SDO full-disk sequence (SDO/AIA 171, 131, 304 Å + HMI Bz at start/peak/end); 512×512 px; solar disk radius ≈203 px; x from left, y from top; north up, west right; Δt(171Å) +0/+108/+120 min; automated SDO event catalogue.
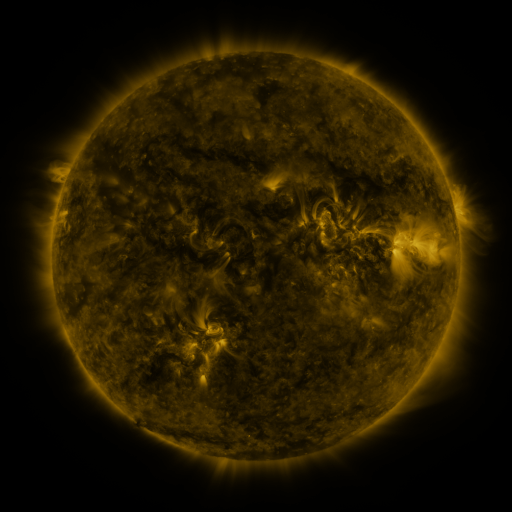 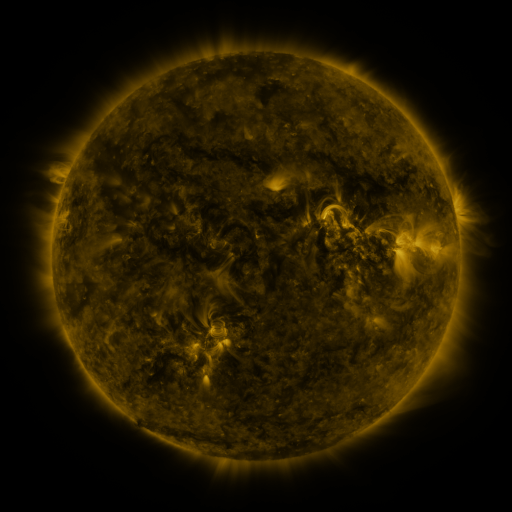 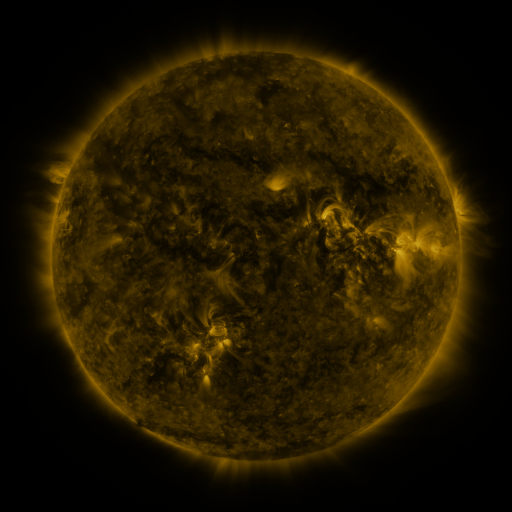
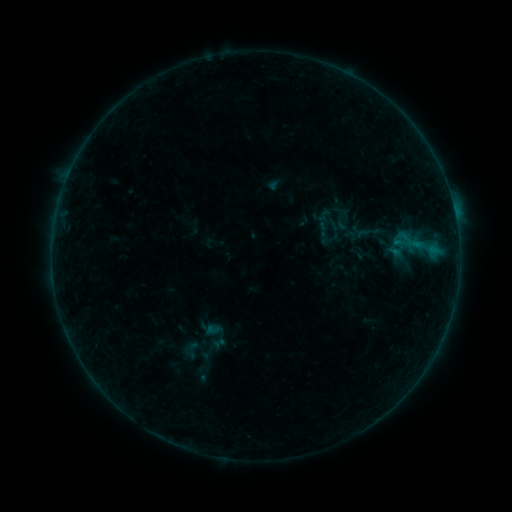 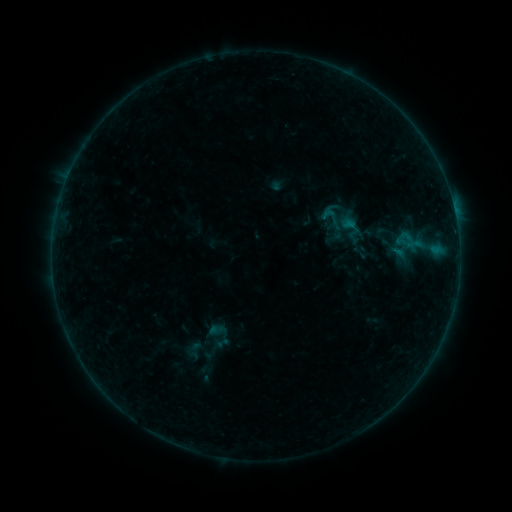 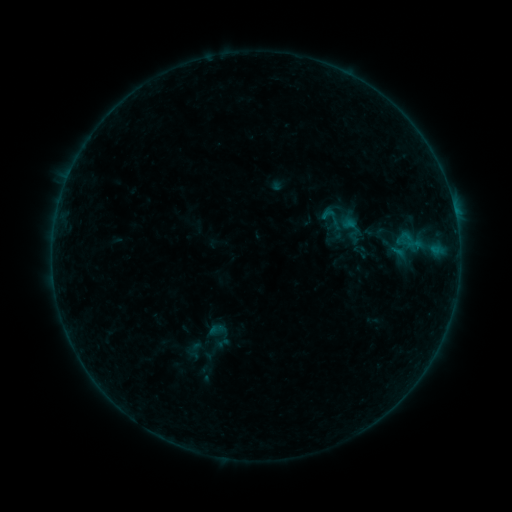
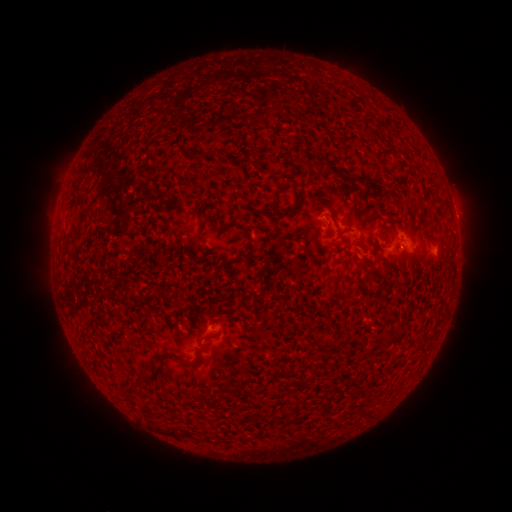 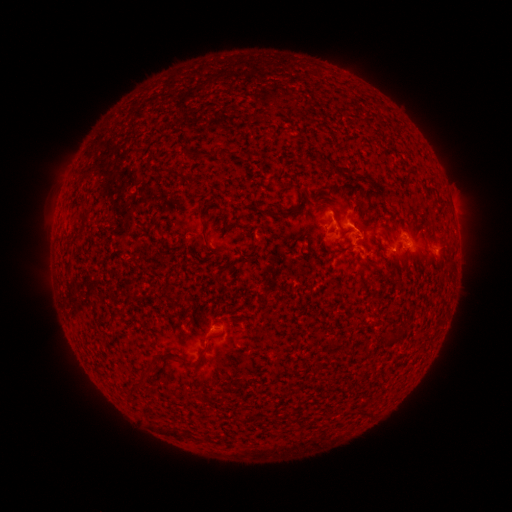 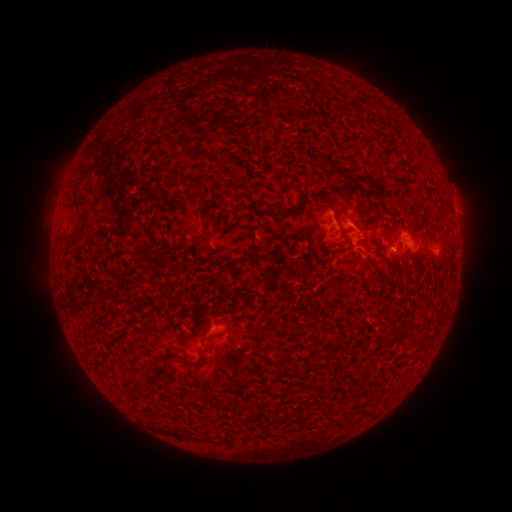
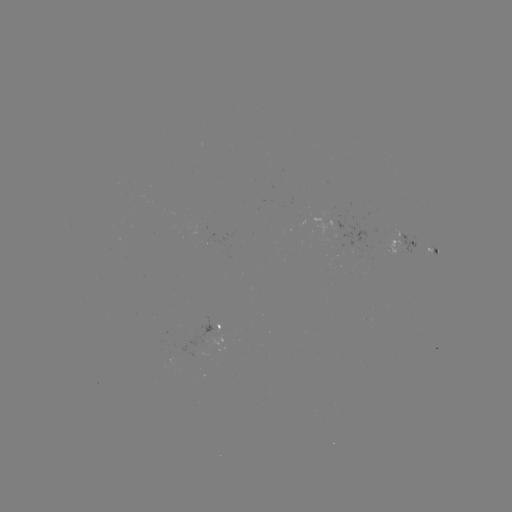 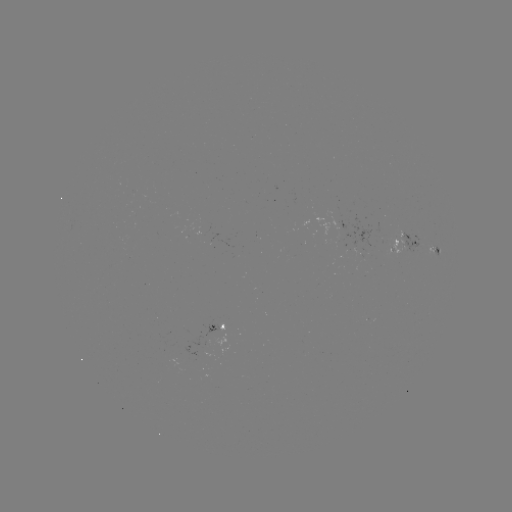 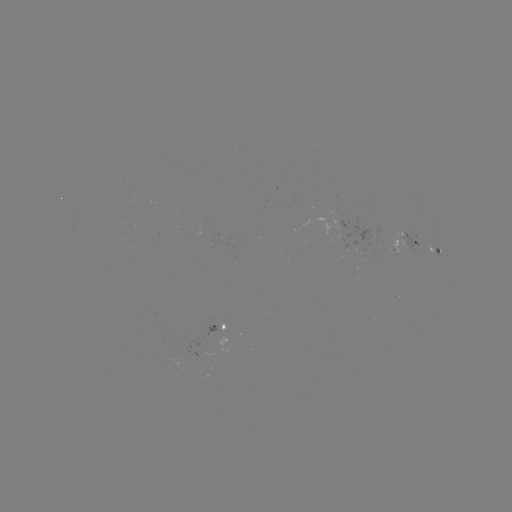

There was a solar emerging-flux region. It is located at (408, 245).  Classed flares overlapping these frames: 2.